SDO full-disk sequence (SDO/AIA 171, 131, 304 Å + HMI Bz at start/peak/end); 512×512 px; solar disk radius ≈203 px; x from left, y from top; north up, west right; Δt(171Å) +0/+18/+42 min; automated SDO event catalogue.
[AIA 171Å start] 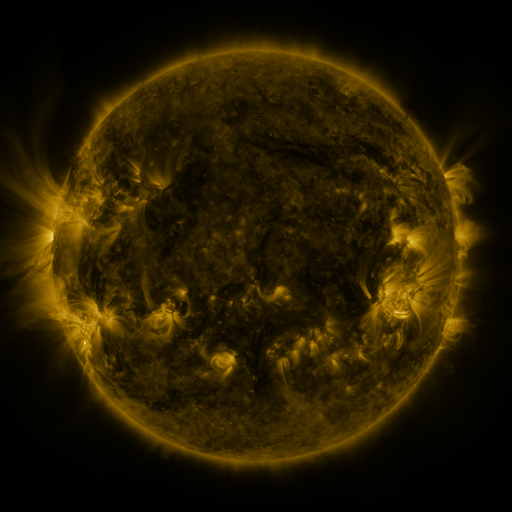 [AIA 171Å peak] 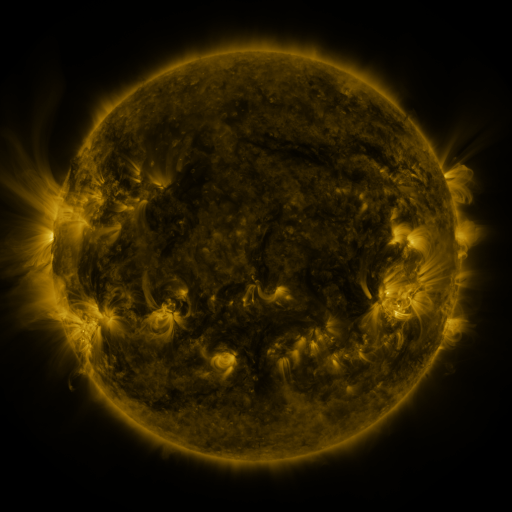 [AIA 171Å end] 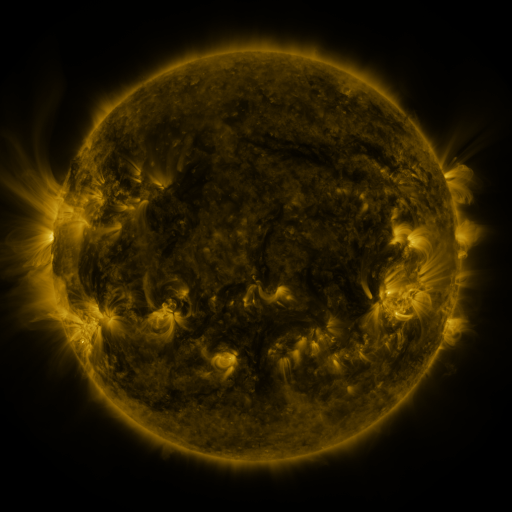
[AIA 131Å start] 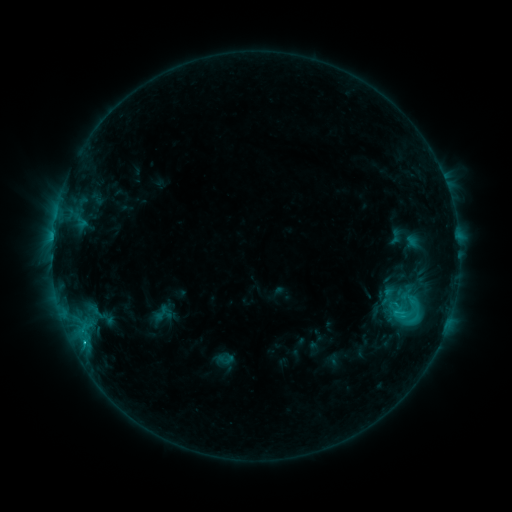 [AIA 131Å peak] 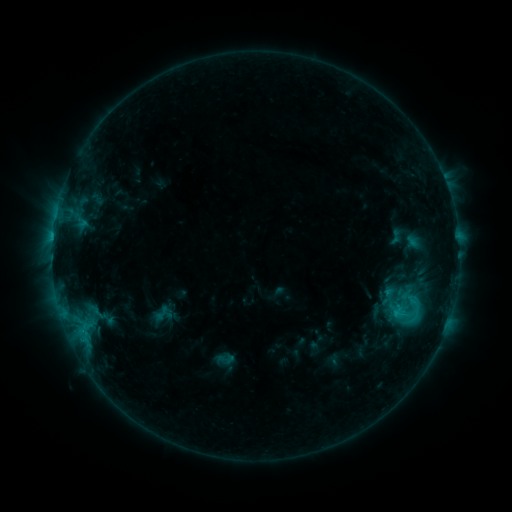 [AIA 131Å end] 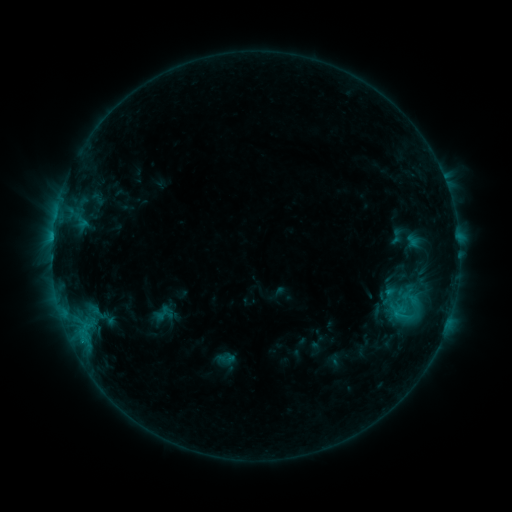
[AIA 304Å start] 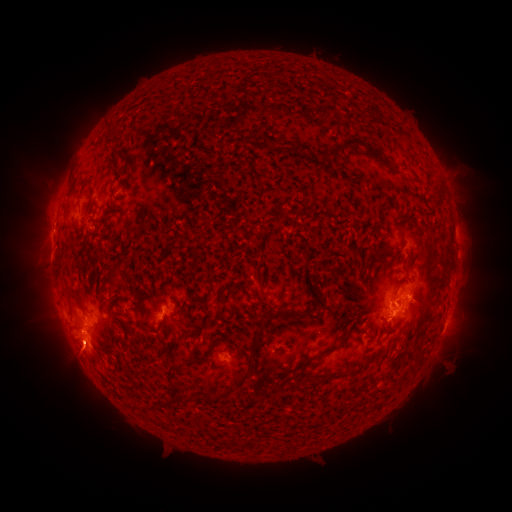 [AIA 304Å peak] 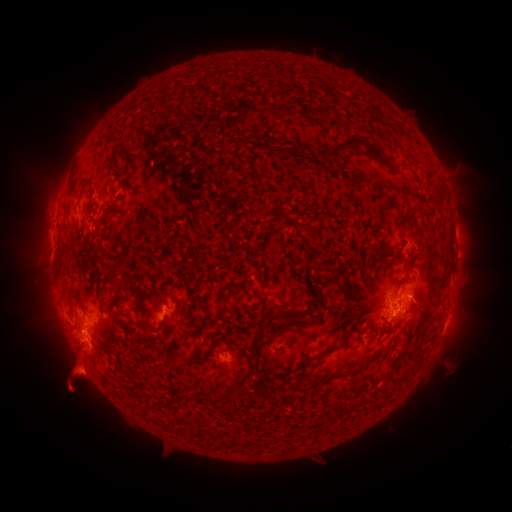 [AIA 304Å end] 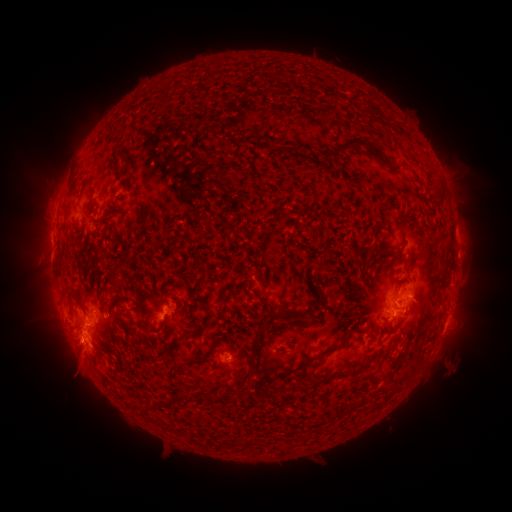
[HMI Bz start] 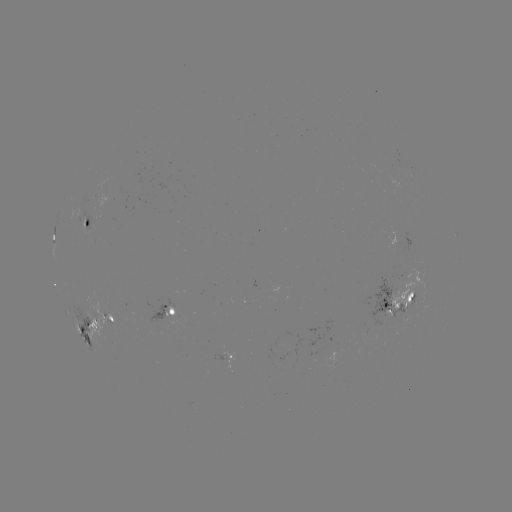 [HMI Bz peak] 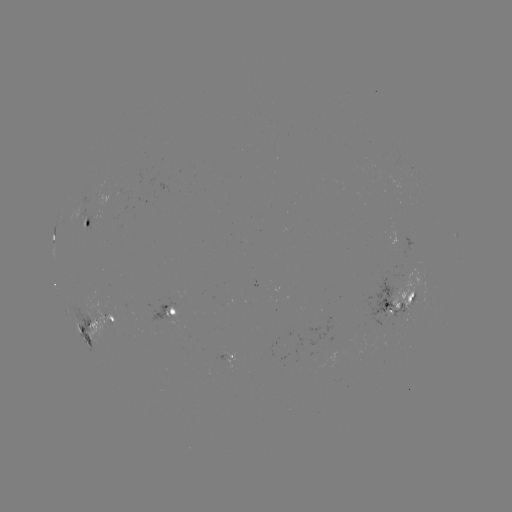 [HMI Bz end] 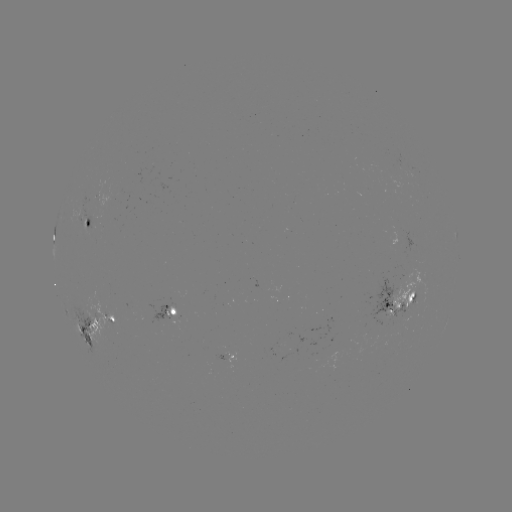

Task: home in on eruption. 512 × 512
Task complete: (76, 375).